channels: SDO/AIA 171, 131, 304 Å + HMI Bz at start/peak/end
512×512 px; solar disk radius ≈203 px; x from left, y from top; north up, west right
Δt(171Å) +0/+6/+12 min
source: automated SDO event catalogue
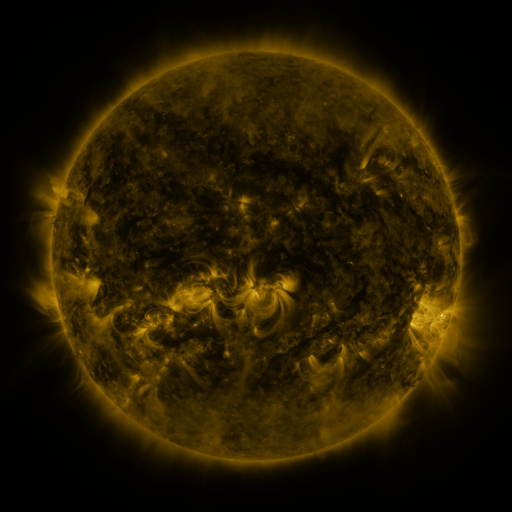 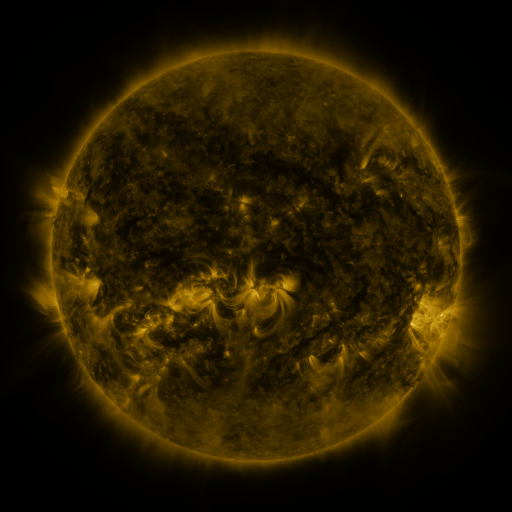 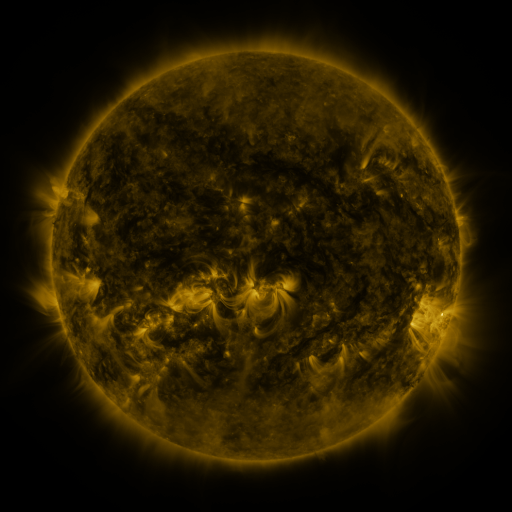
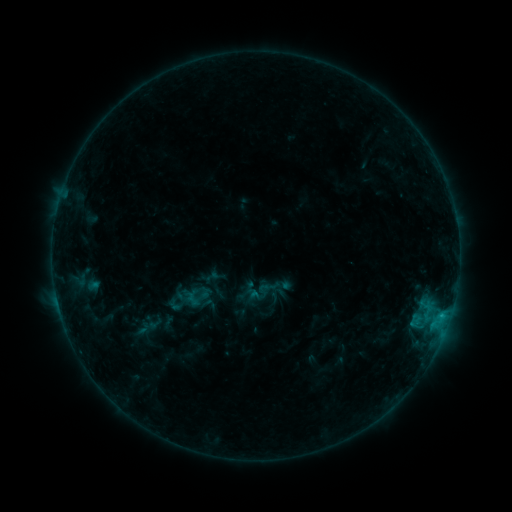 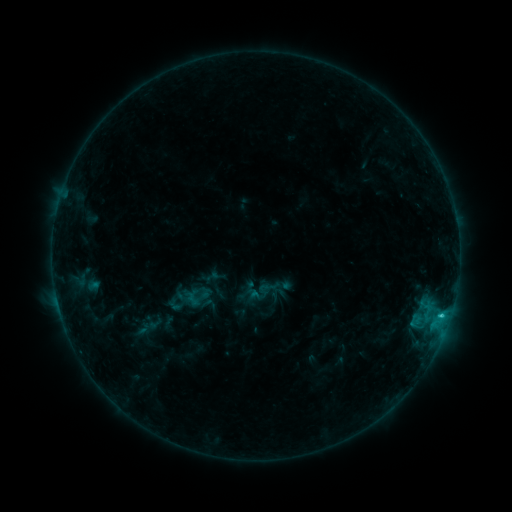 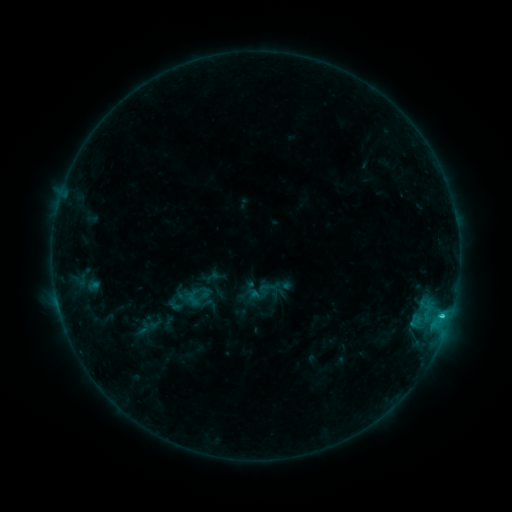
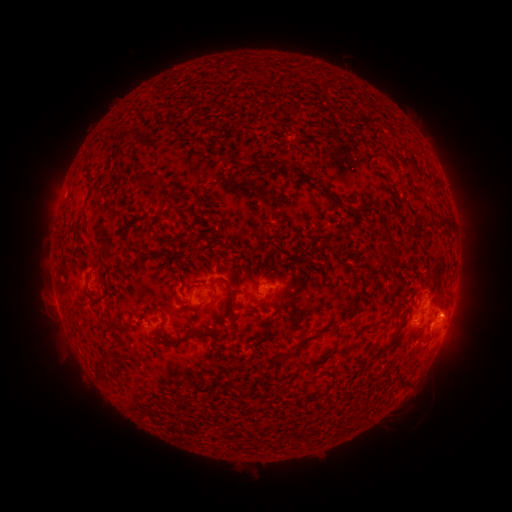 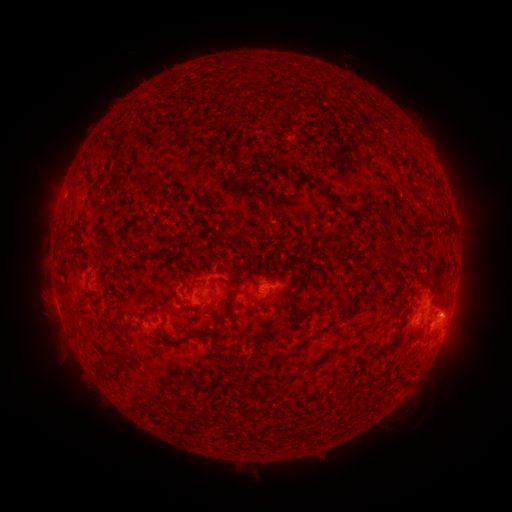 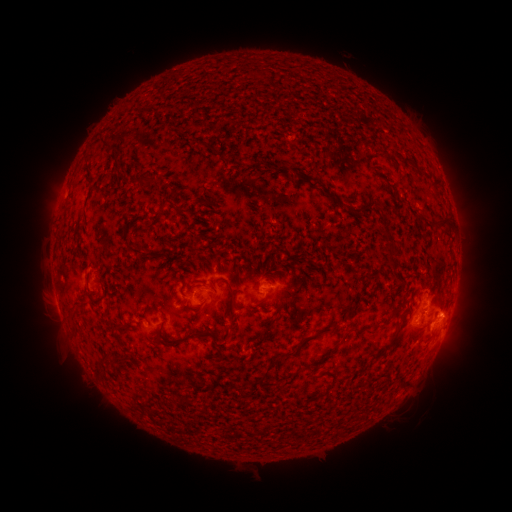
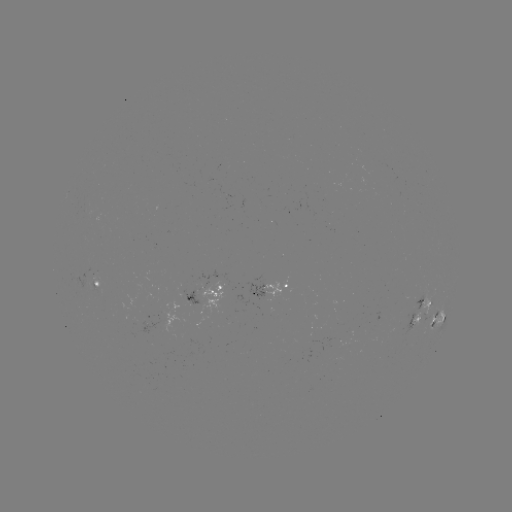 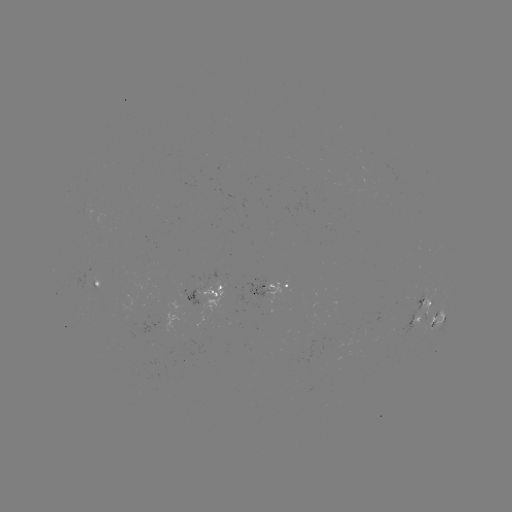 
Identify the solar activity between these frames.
C1.2 flare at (442, 314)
